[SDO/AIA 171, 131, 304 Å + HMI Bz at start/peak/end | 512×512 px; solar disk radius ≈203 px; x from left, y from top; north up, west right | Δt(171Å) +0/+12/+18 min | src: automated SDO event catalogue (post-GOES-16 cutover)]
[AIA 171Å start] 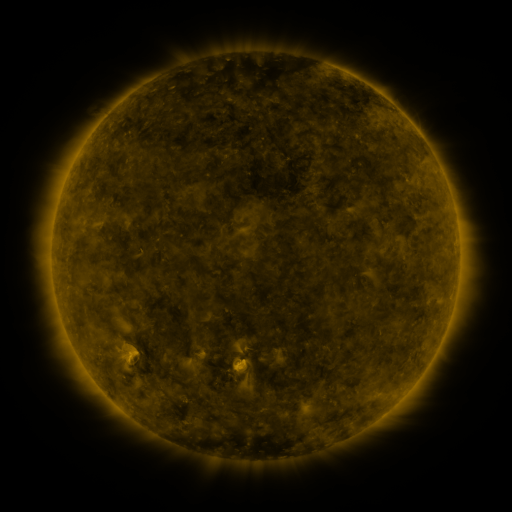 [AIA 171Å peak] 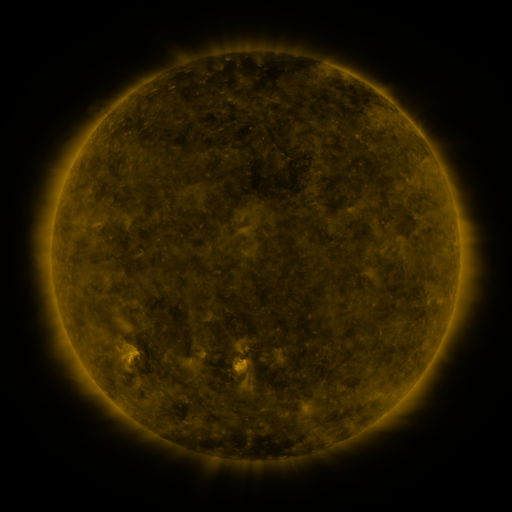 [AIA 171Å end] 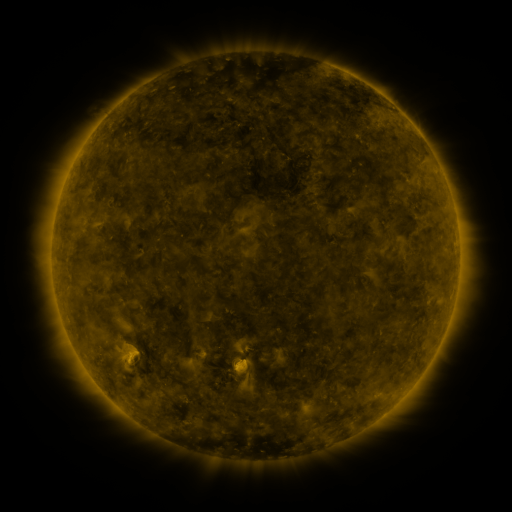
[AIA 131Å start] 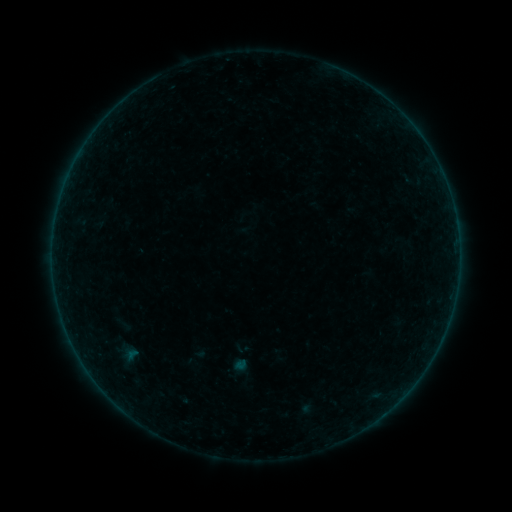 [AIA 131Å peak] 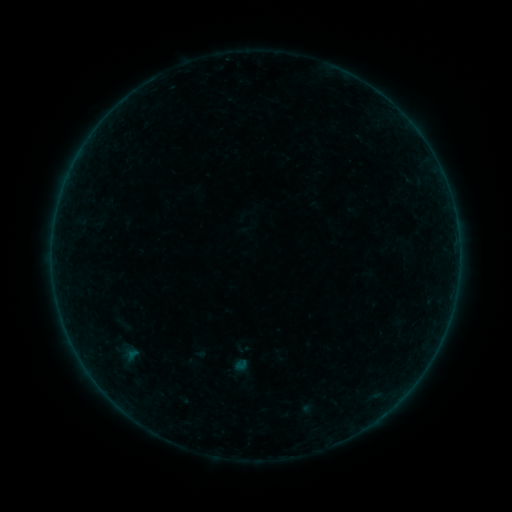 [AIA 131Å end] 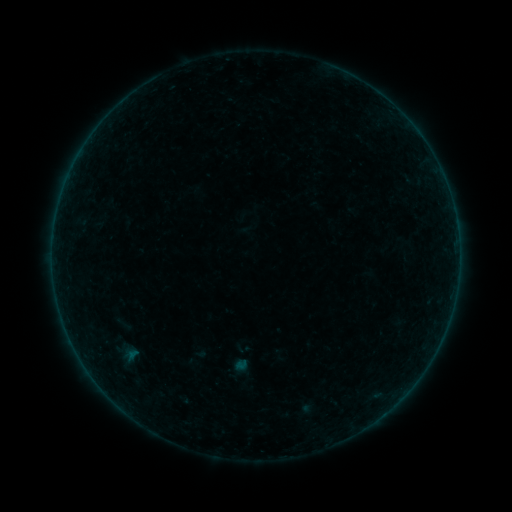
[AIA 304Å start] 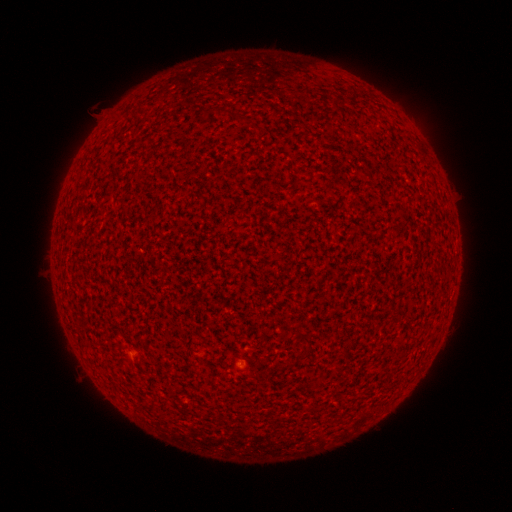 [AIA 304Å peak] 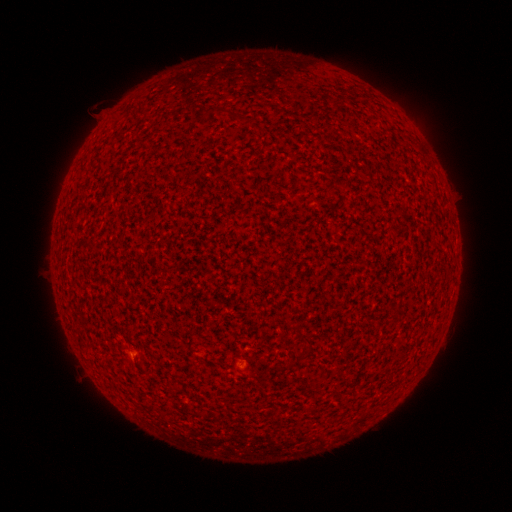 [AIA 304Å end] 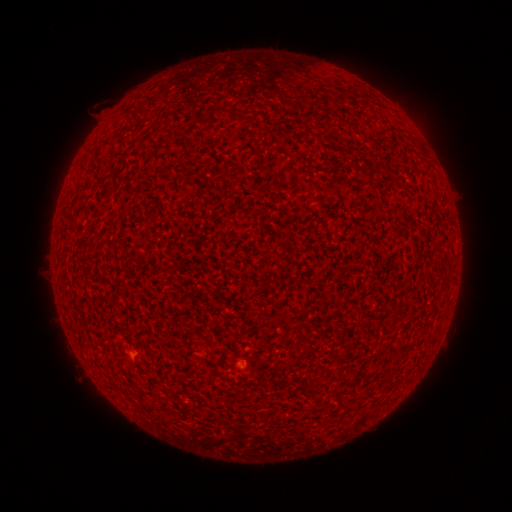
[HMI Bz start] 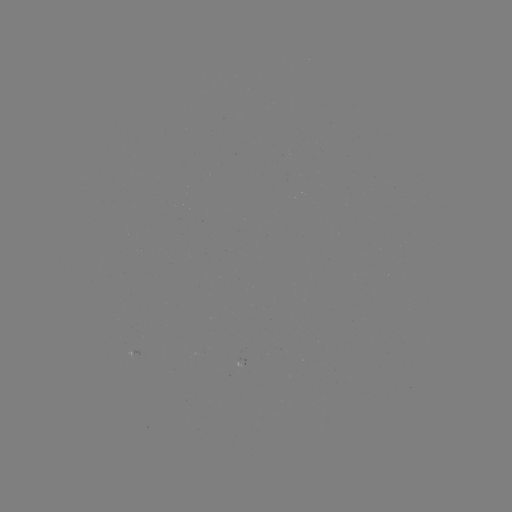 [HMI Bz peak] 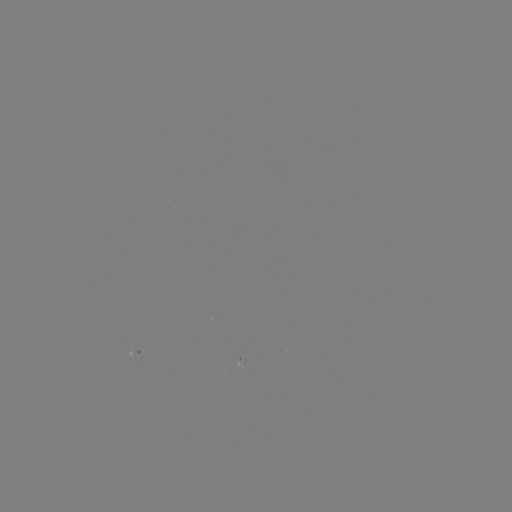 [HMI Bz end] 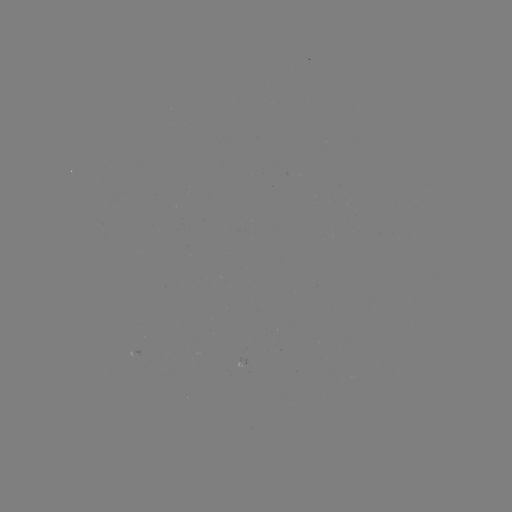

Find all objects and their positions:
A1.9 flare: (133, 353)
